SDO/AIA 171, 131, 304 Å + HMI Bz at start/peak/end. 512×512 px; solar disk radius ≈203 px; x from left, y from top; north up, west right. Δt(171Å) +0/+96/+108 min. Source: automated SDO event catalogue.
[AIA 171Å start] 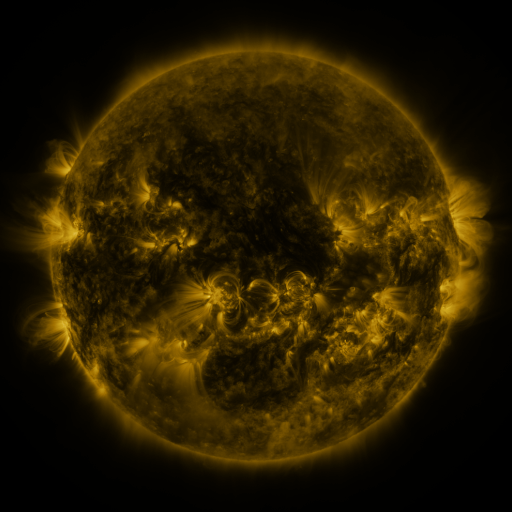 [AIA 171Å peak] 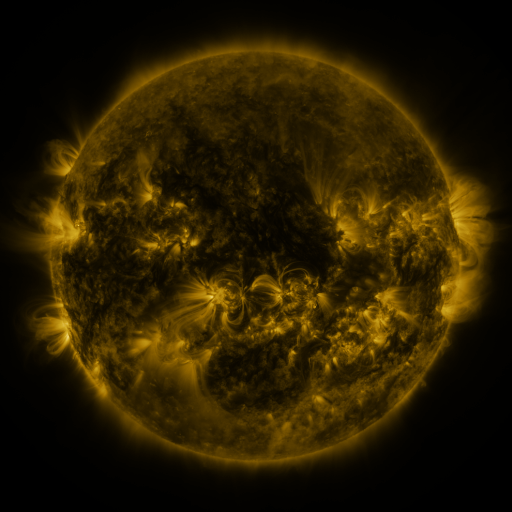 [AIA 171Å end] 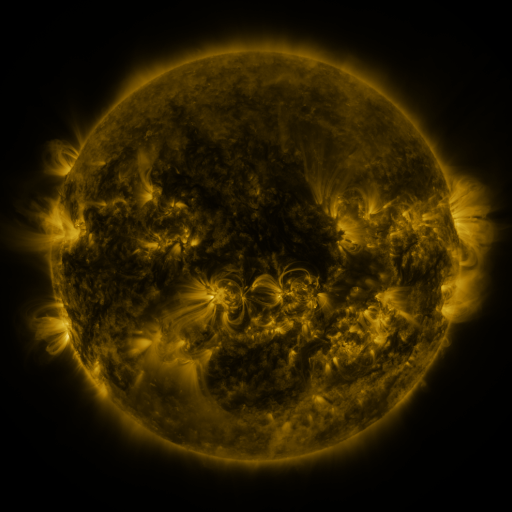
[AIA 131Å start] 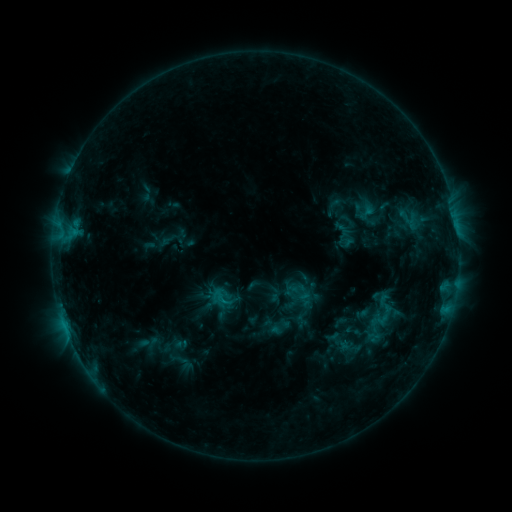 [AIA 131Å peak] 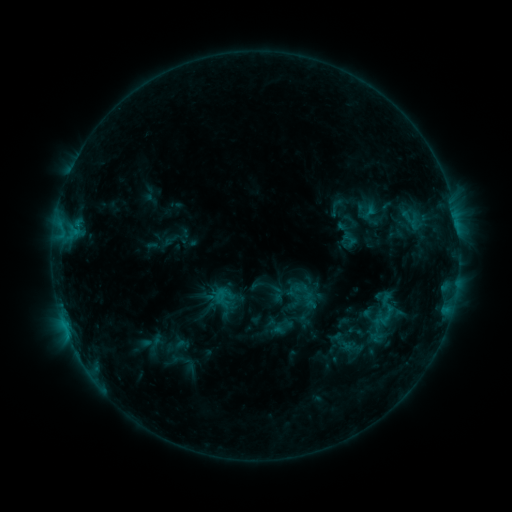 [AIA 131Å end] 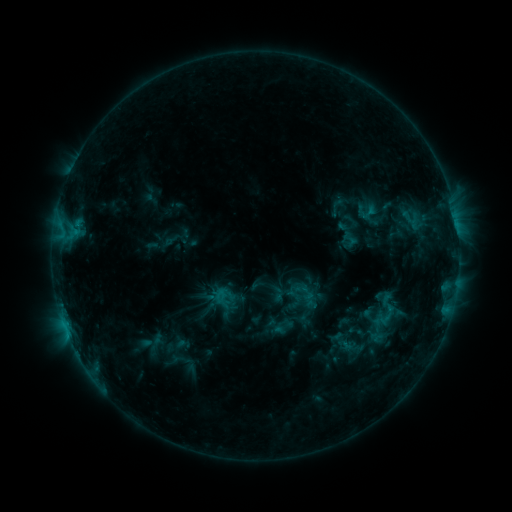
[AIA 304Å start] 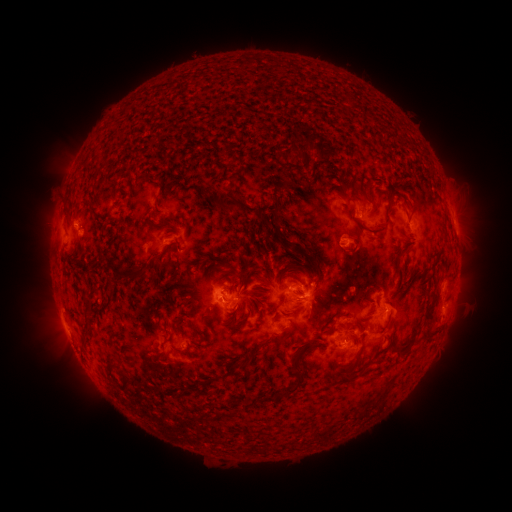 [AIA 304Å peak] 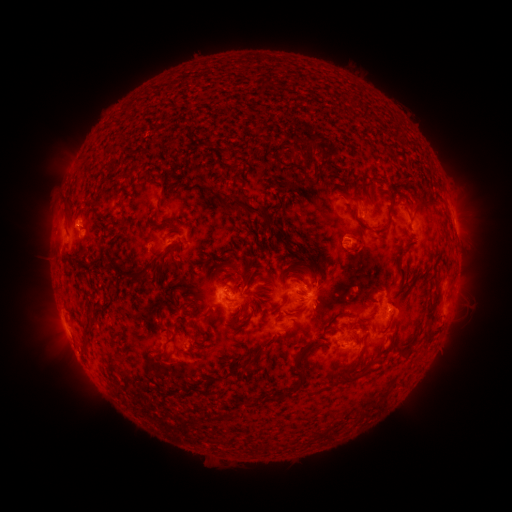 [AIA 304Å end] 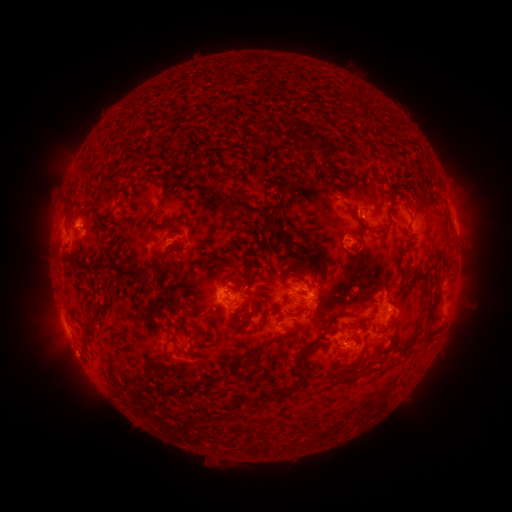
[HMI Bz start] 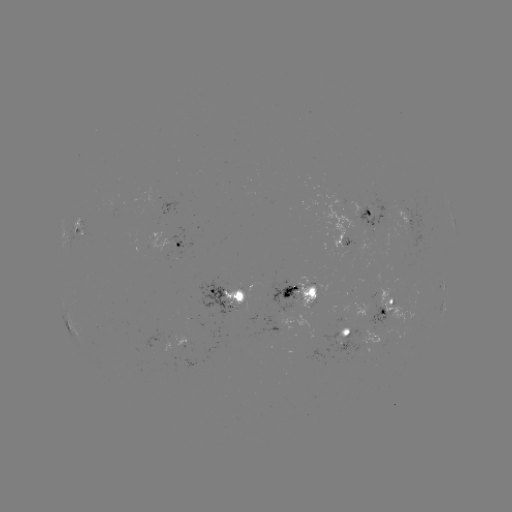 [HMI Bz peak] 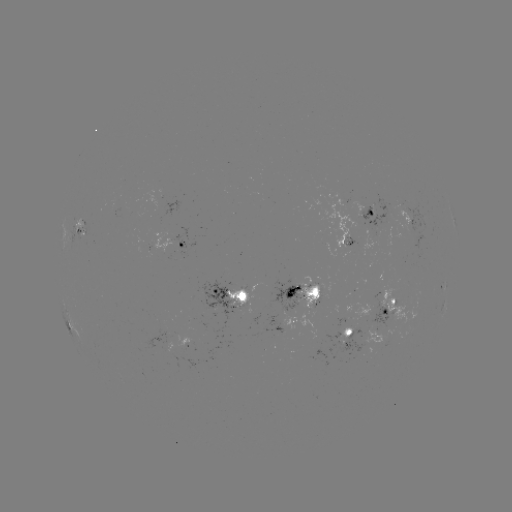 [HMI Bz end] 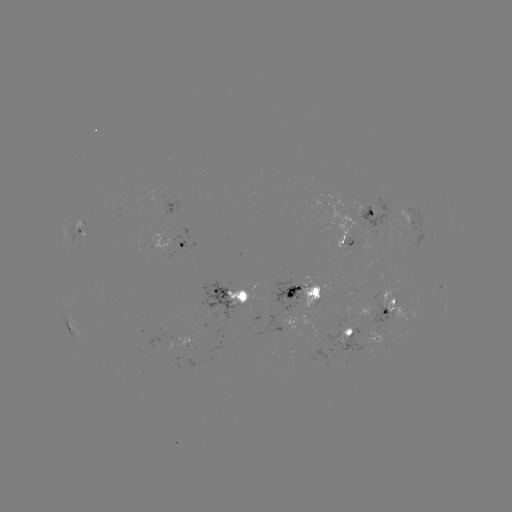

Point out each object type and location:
emerging-flux region: (393, 311)
